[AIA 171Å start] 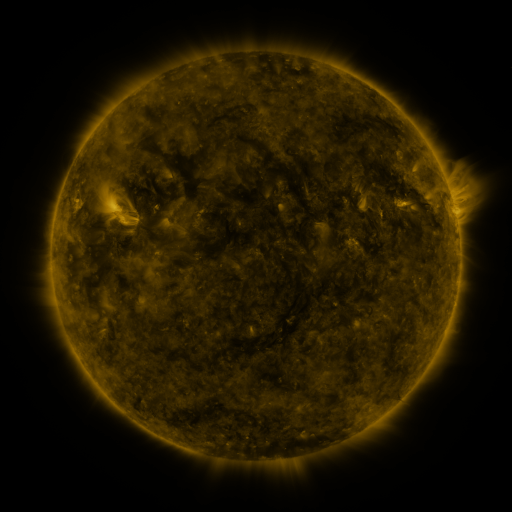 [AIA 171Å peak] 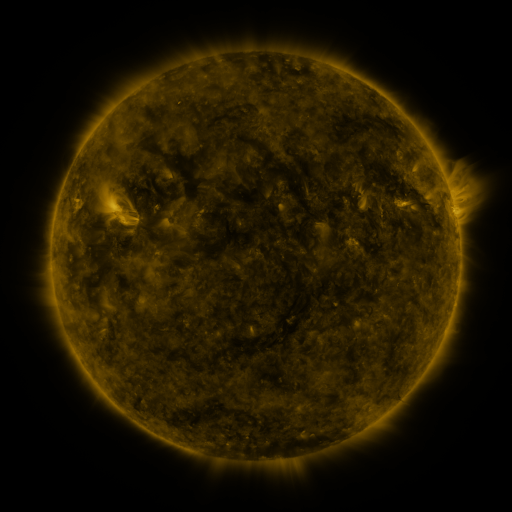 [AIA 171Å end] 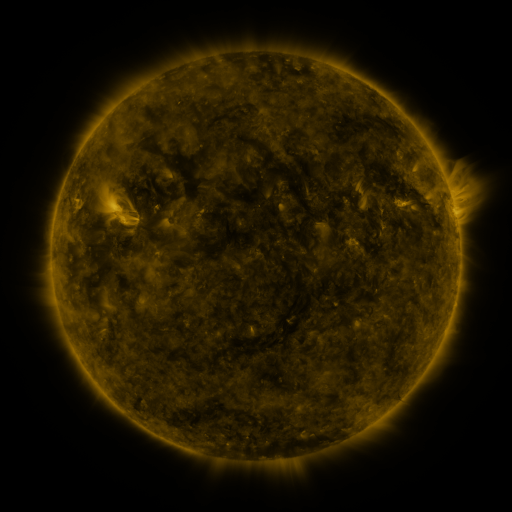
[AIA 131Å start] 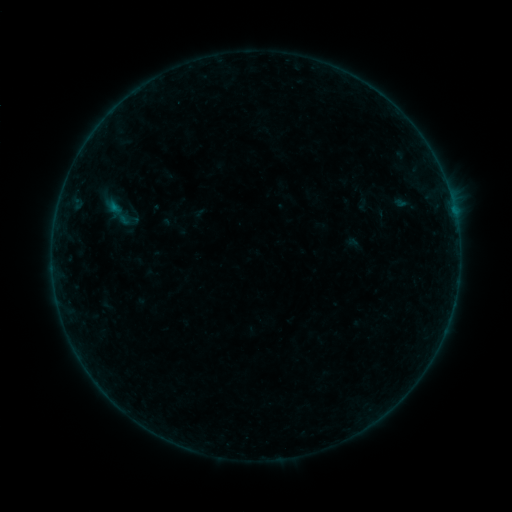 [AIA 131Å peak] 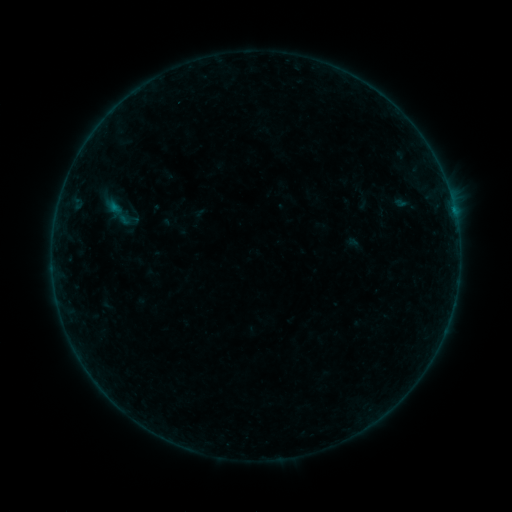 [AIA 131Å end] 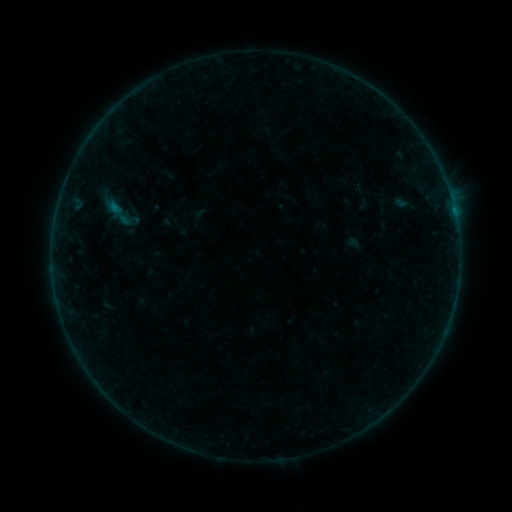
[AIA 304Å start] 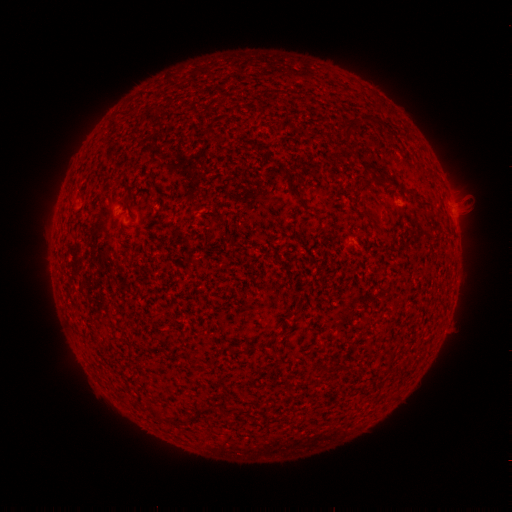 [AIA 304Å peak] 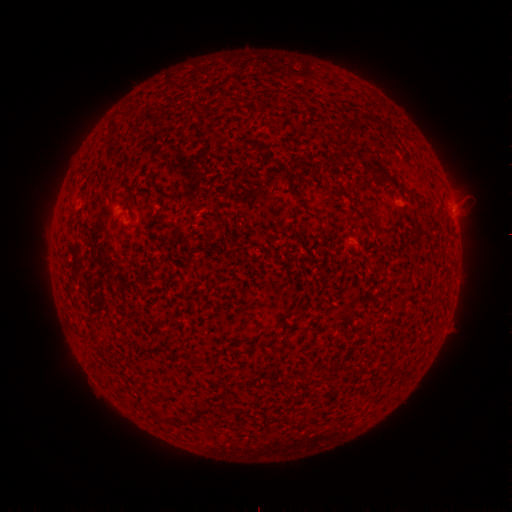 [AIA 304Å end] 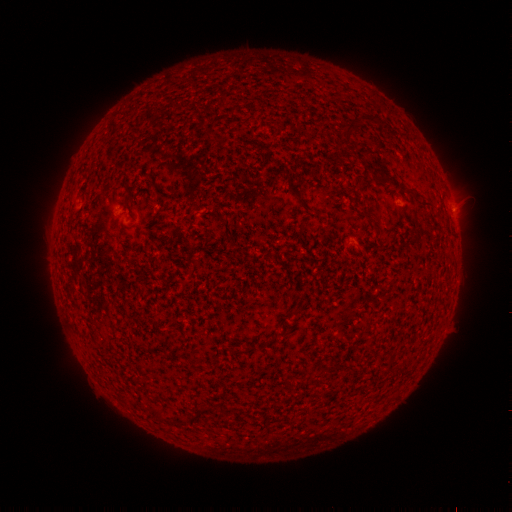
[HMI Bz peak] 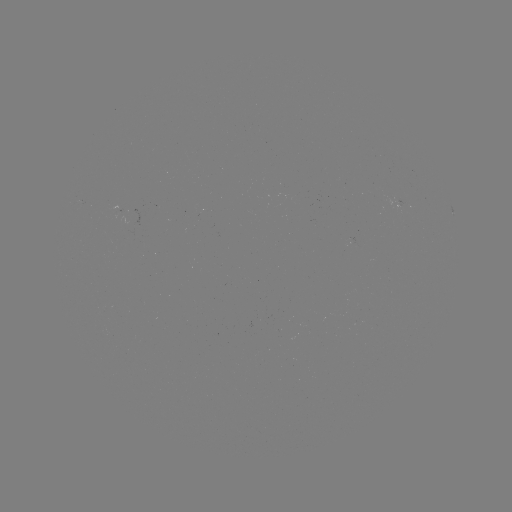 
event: flare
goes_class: B1.3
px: (453, 210)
